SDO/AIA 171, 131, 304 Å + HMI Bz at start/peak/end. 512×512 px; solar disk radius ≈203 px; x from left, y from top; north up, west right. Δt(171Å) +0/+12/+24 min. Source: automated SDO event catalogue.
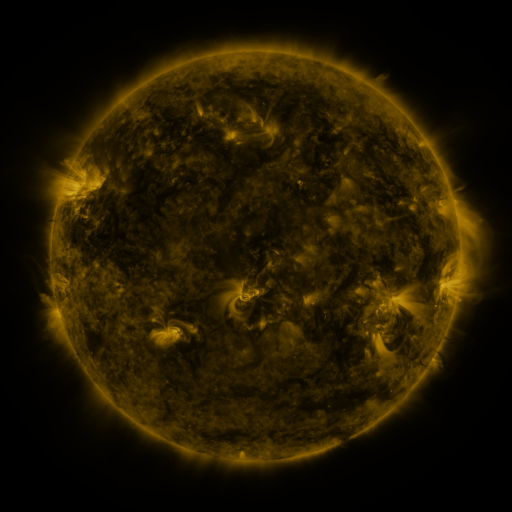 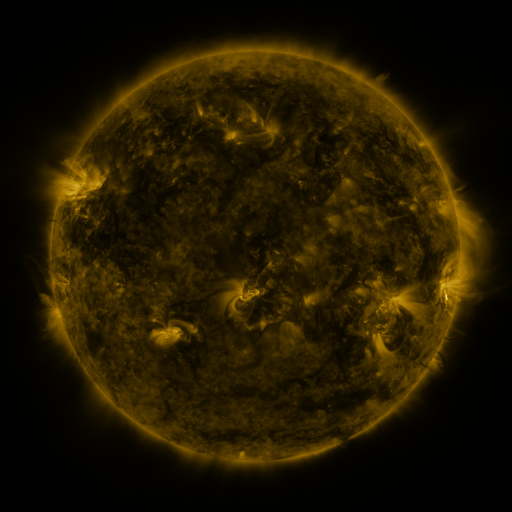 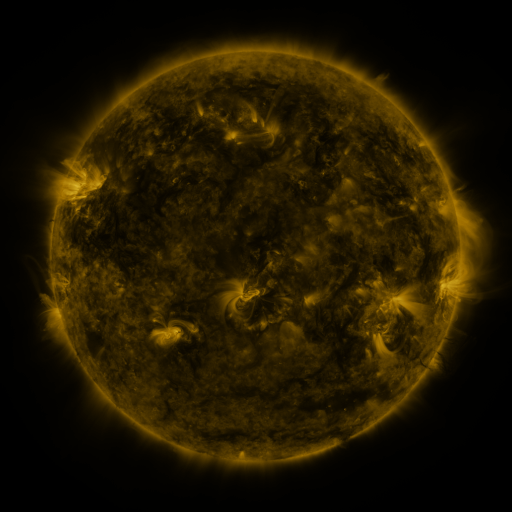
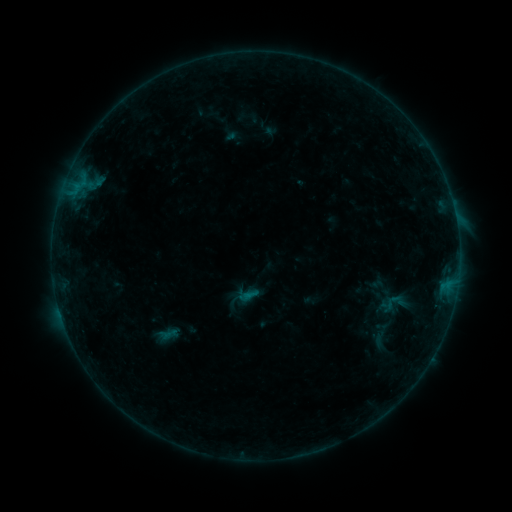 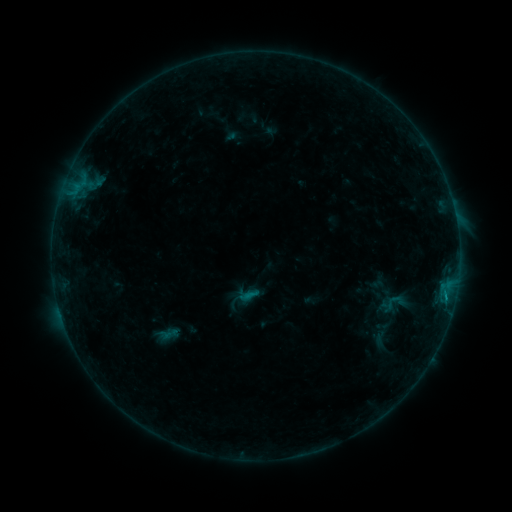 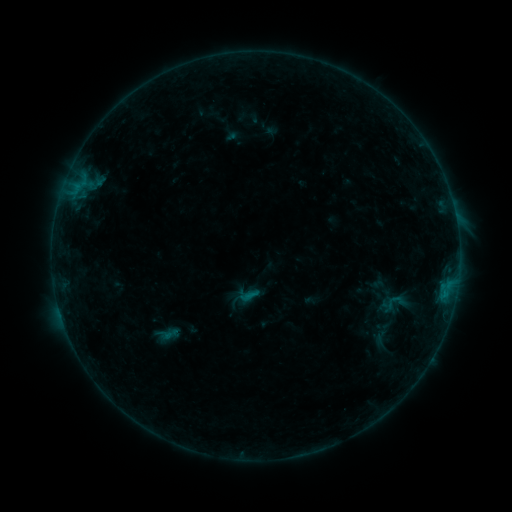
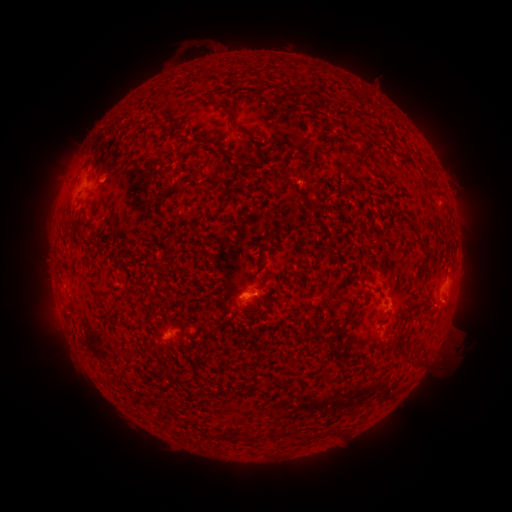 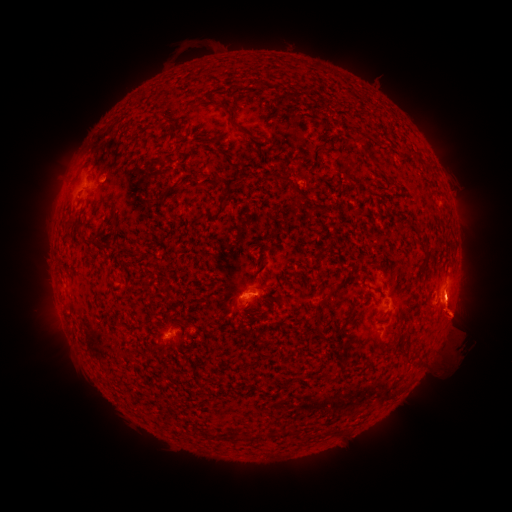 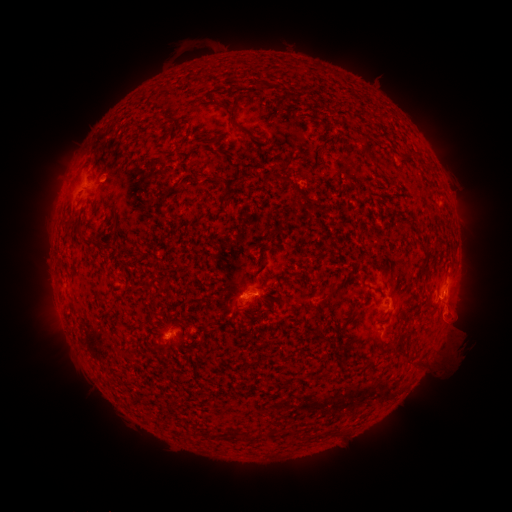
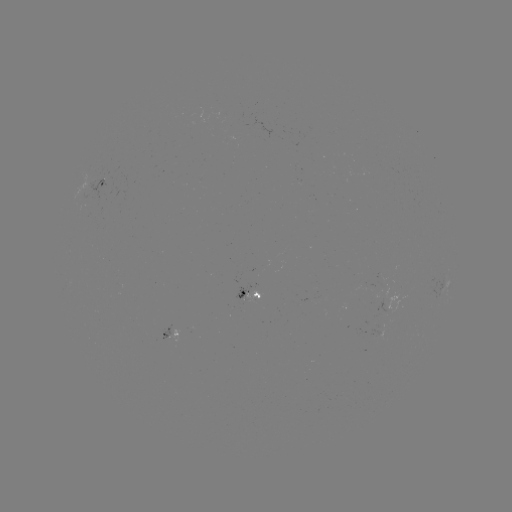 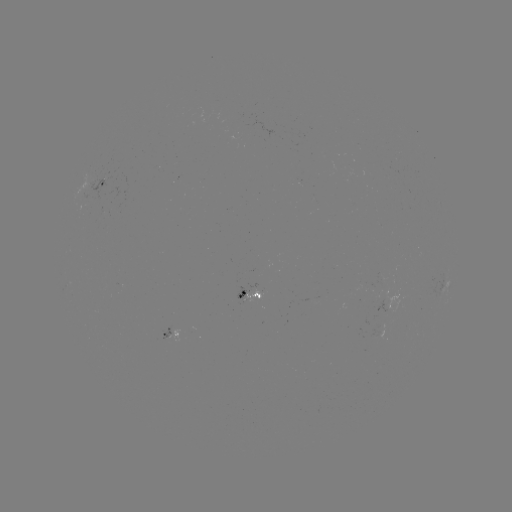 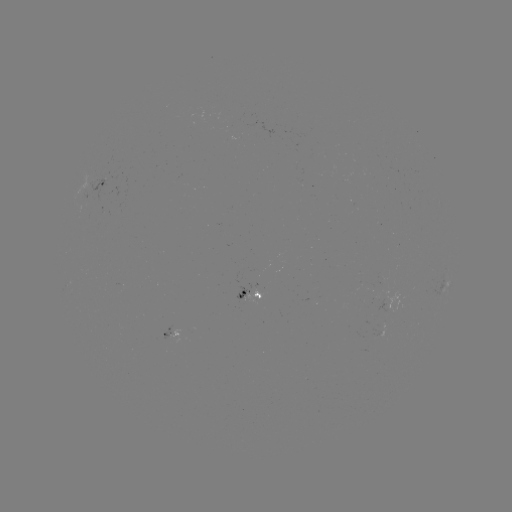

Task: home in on eruption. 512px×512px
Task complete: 453,309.